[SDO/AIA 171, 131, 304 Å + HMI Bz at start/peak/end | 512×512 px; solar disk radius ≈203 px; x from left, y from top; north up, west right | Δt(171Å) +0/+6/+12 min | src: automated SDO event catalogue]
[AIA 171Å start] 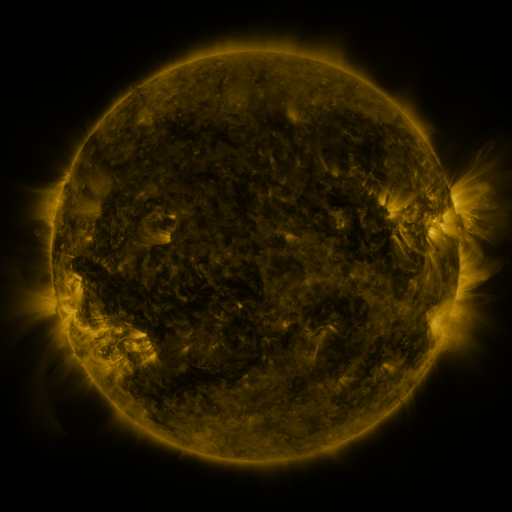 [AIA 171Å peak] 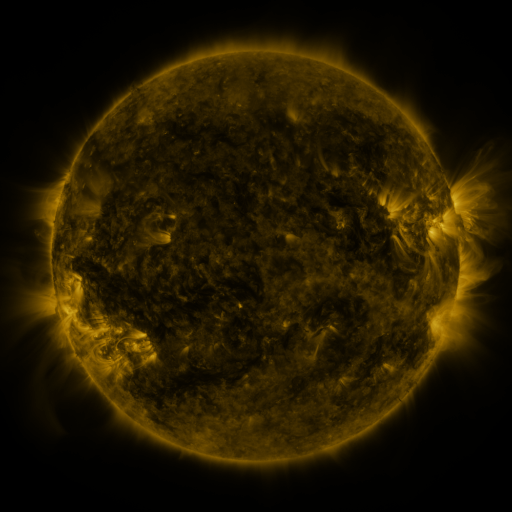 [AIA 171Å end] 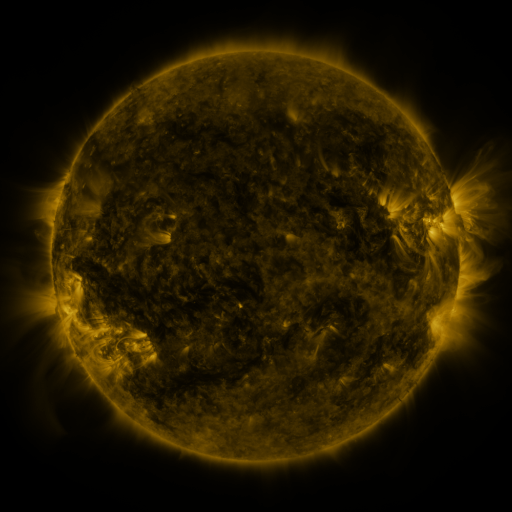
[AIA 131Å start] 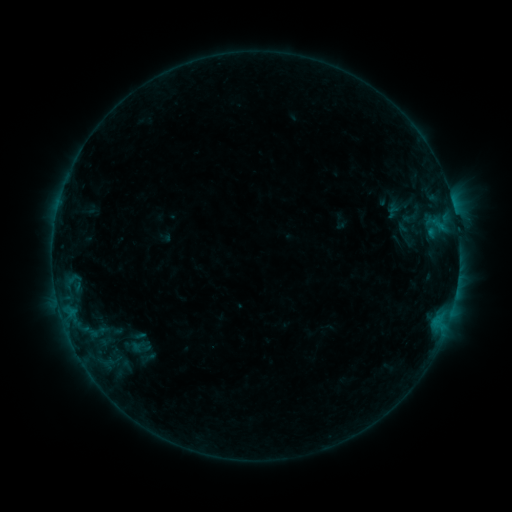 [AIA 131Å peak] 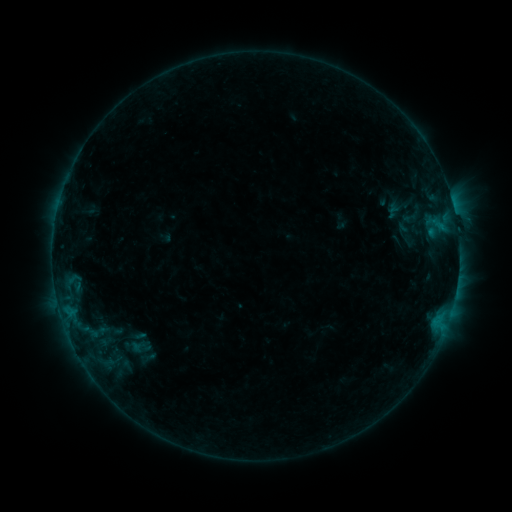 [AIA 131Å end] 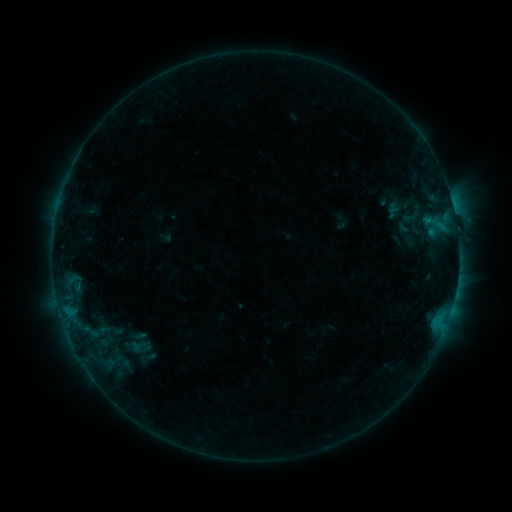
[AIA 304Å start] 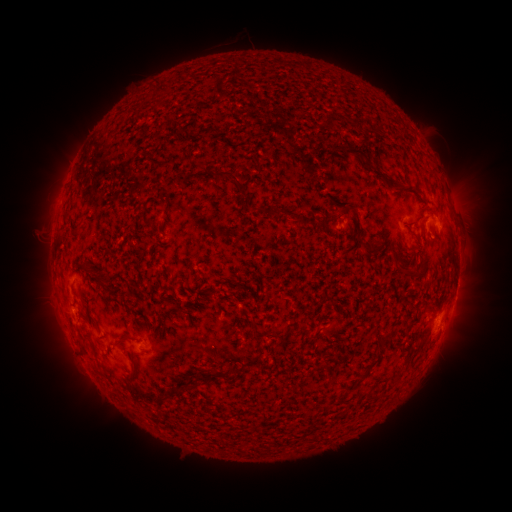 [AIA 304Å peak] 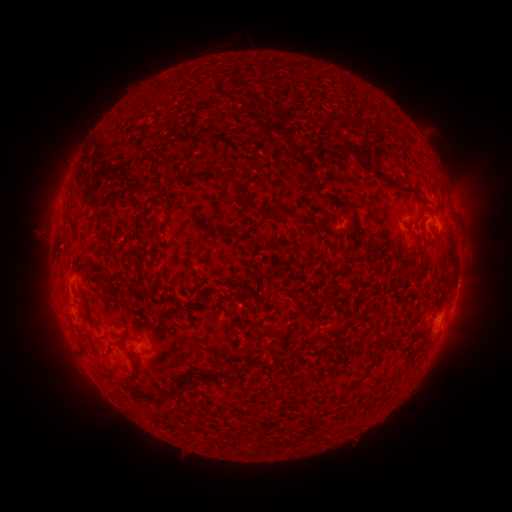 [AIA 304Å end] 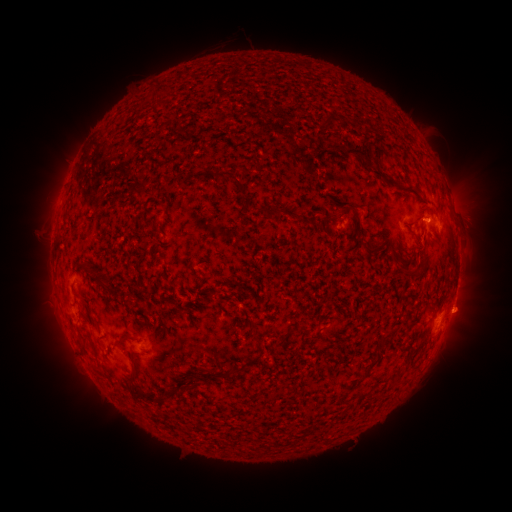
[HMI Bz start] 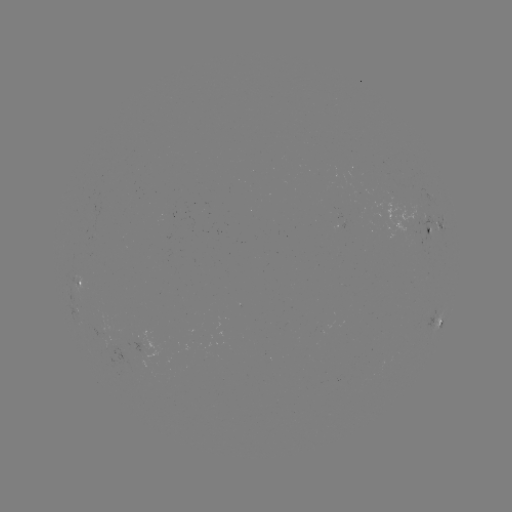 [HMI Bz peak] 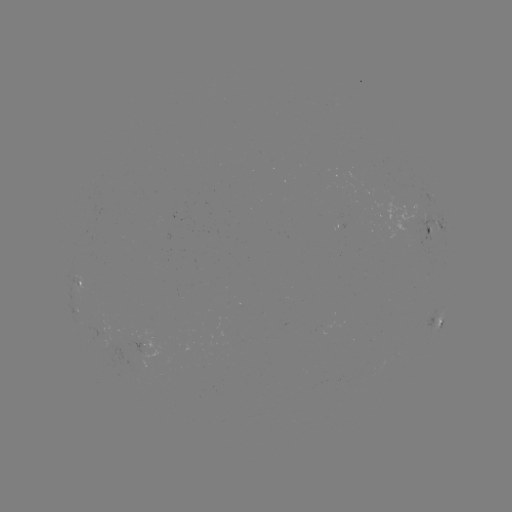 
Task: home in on eruption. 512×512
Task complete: (466, 313).